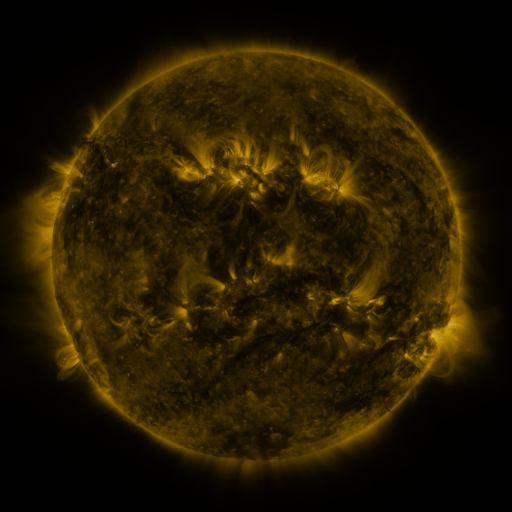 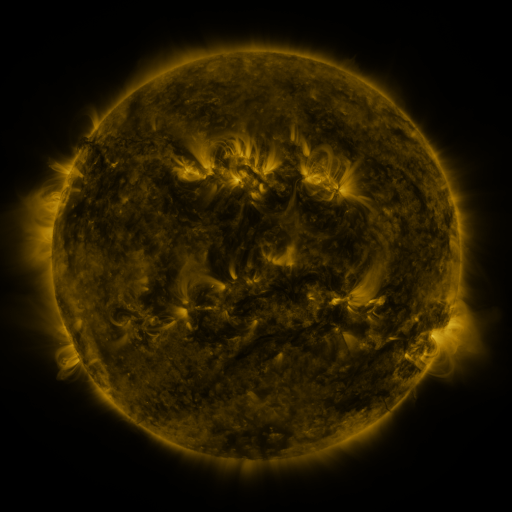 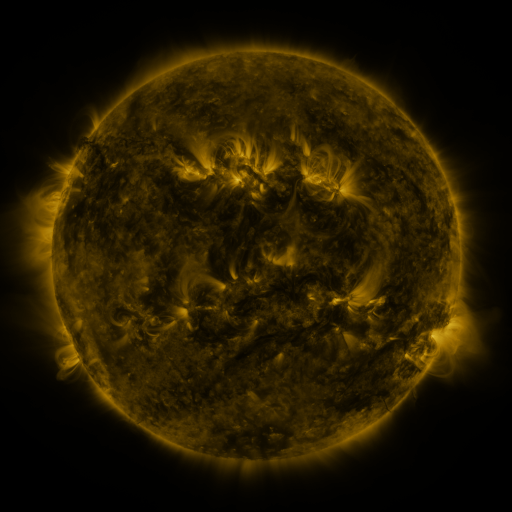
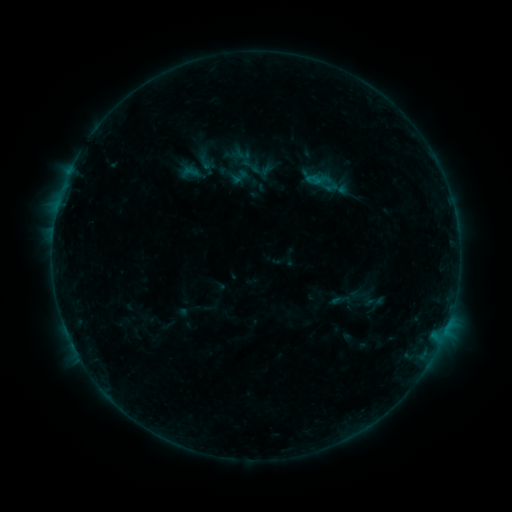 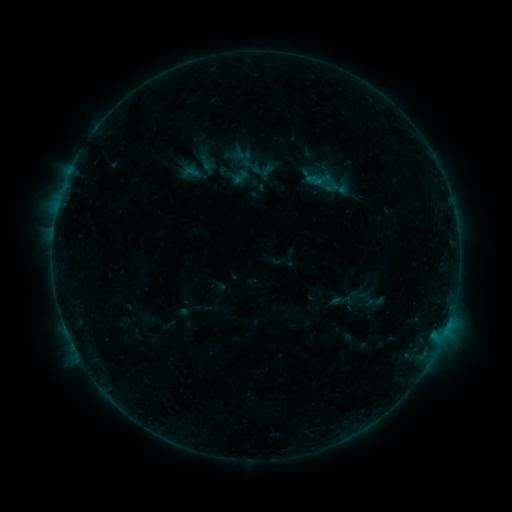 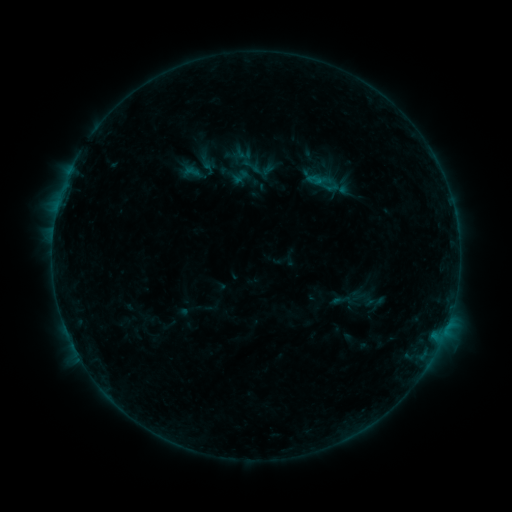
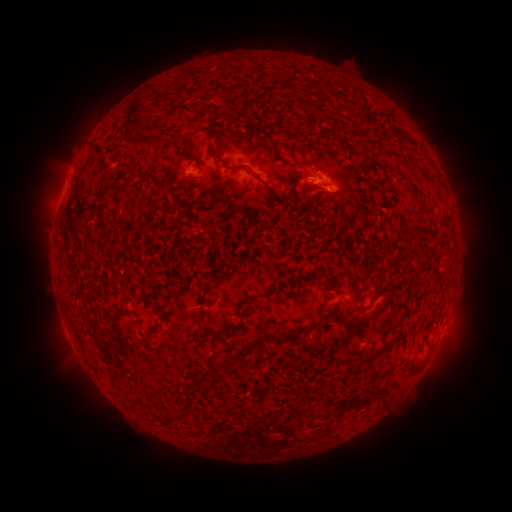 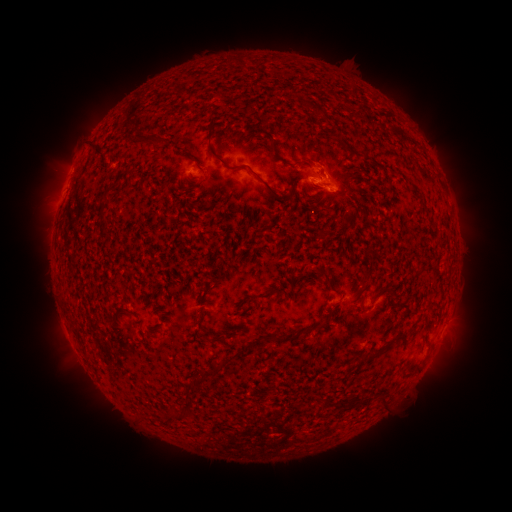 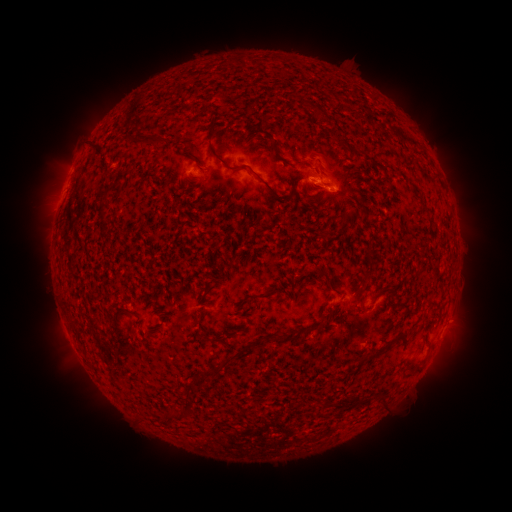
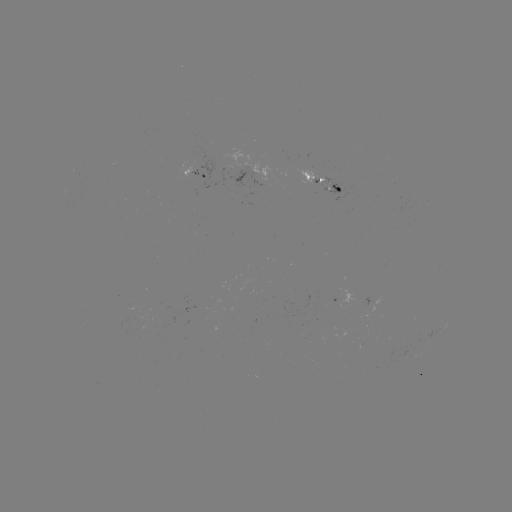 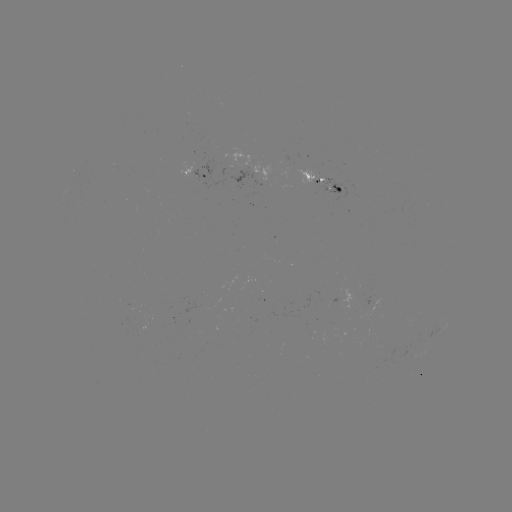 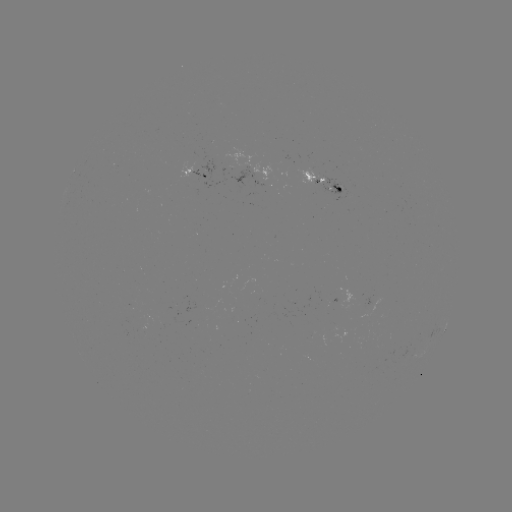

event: eruption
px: (325, 158)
